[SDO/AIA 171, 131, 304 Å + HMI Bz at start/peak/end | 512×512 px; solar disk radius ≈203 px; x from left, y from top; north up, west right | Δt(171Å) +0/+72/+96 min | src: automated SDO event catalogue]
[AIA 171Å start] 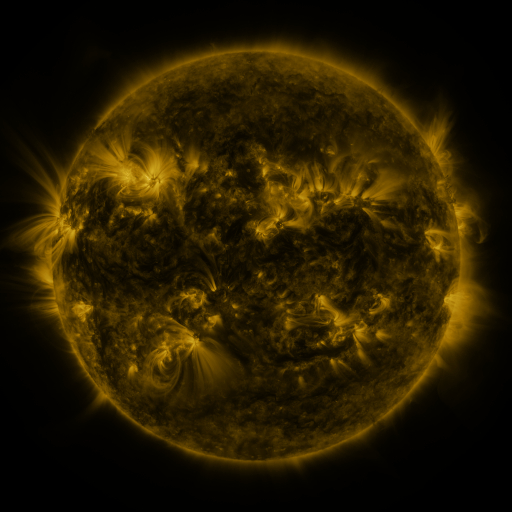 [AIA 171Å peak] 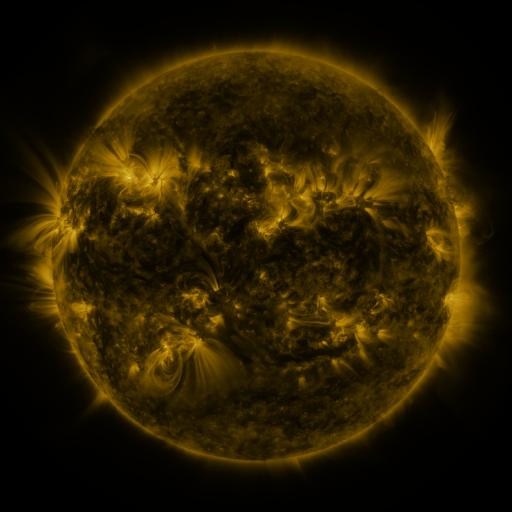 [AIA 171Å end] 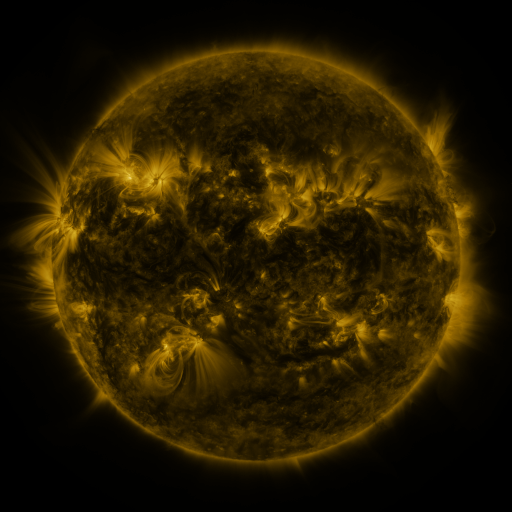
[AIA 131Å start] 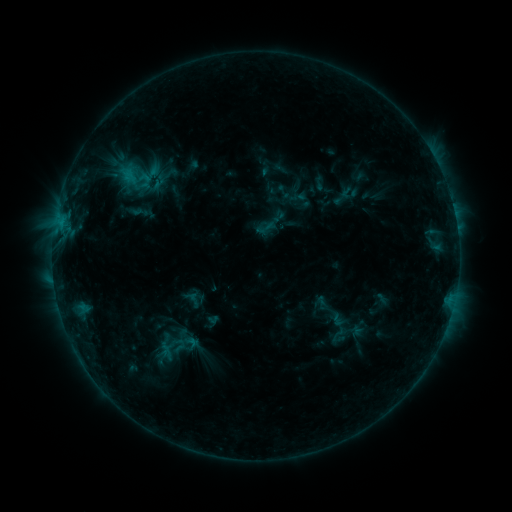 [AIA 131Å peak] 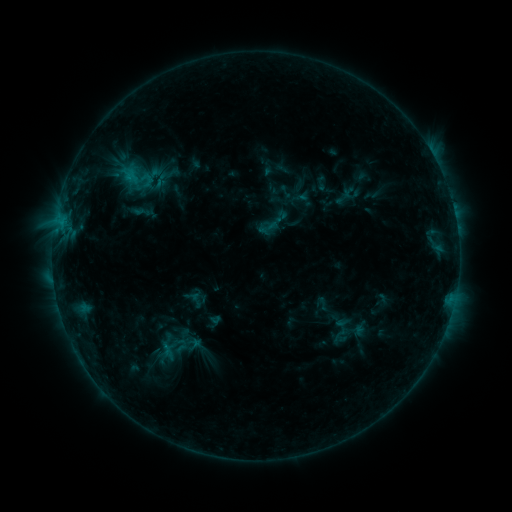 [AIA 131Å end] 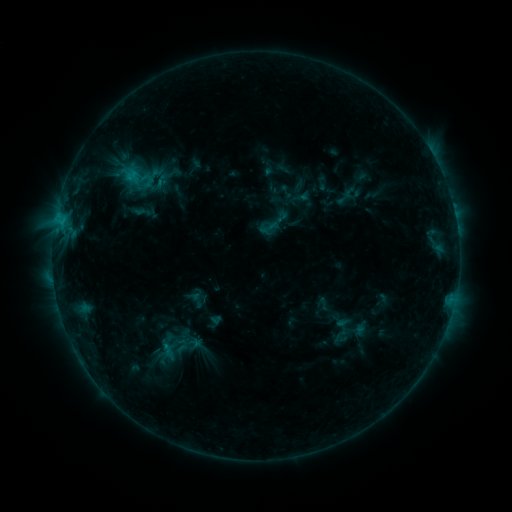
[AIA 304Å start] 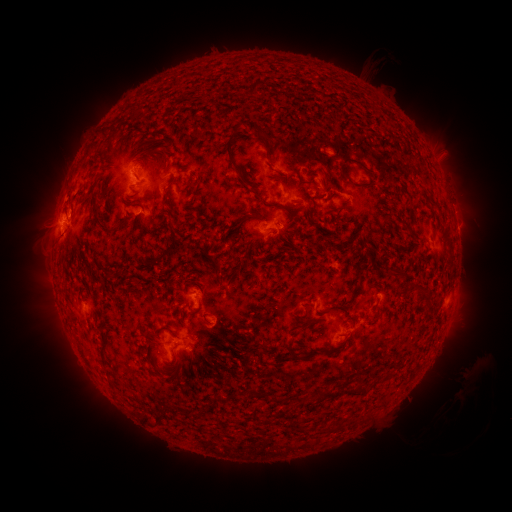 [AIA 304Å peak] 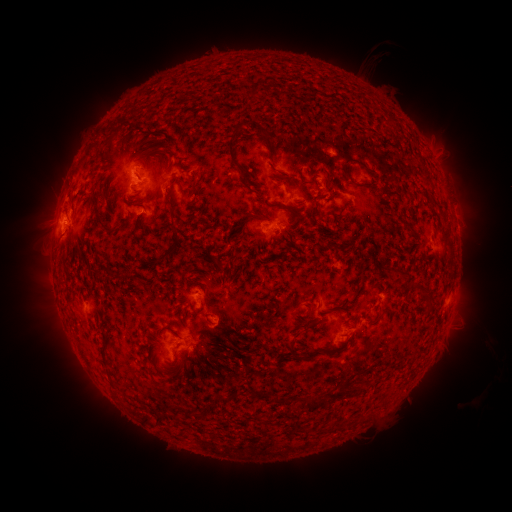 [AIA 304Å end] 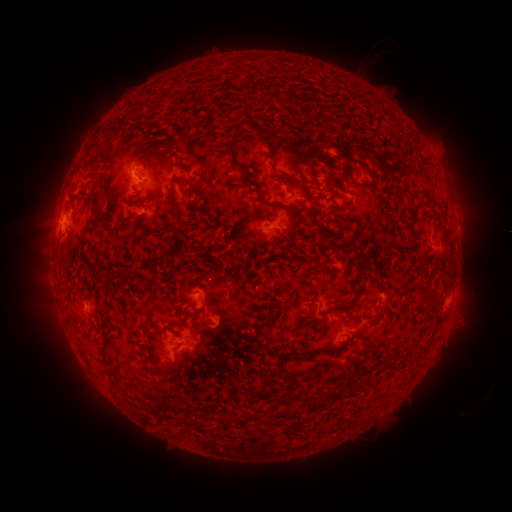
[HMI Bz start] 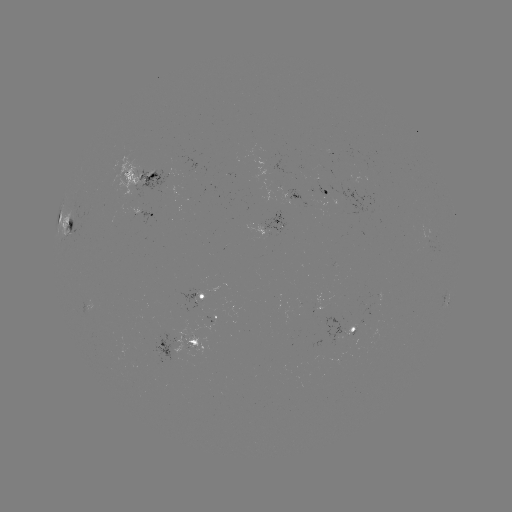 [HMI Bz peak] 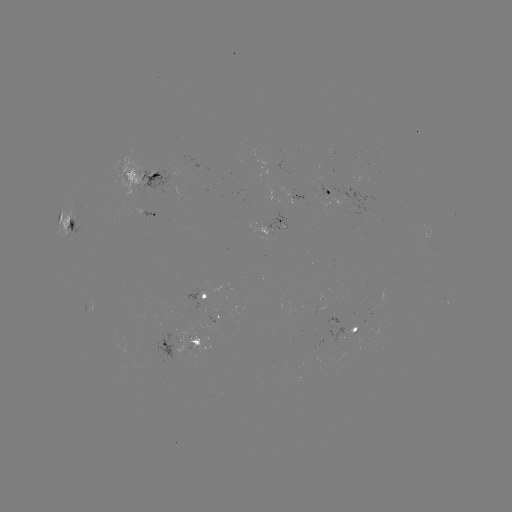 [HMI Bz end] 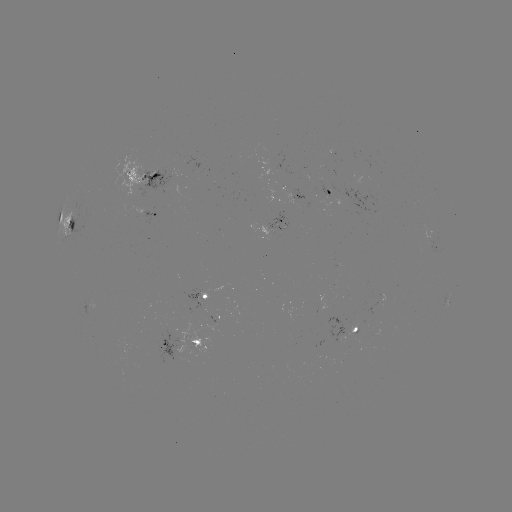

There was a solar emerging-flux region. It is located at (344, 201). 